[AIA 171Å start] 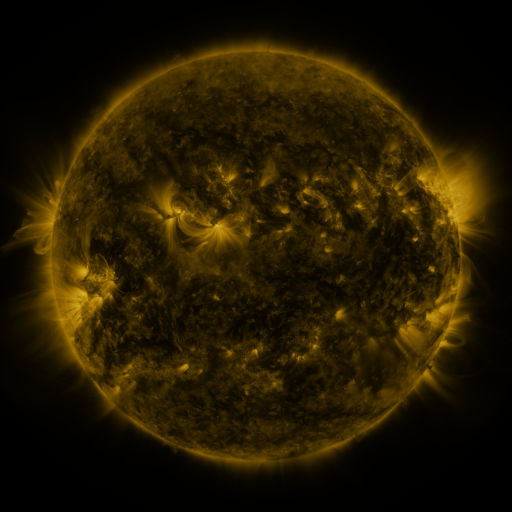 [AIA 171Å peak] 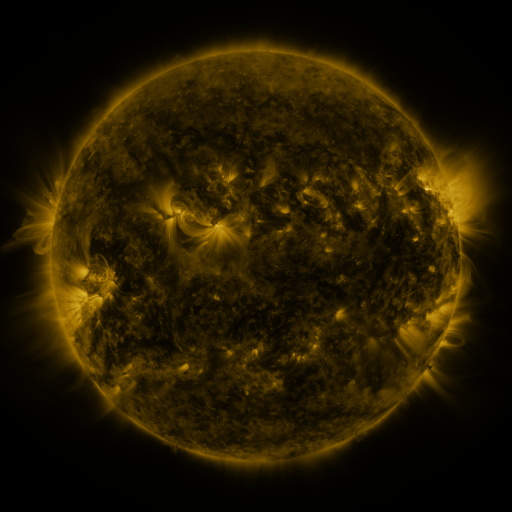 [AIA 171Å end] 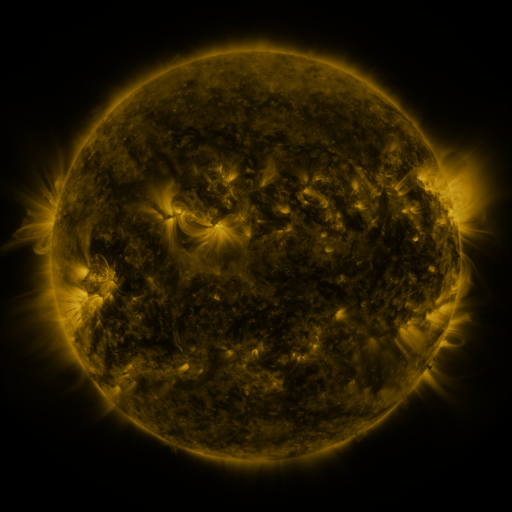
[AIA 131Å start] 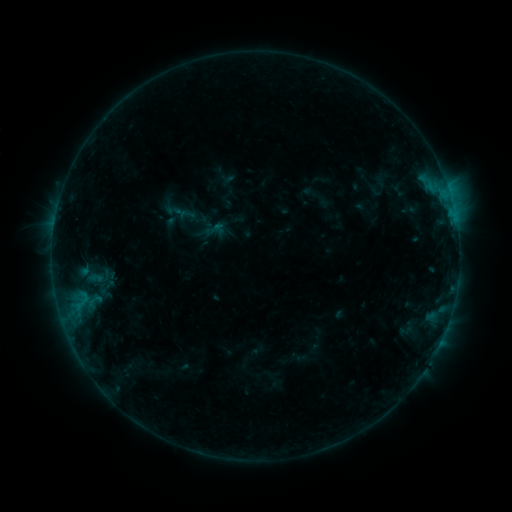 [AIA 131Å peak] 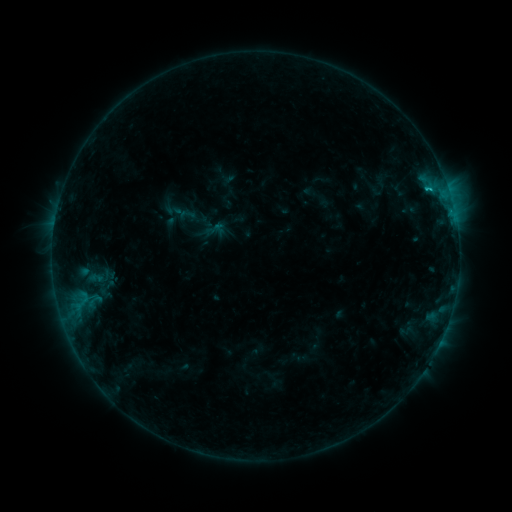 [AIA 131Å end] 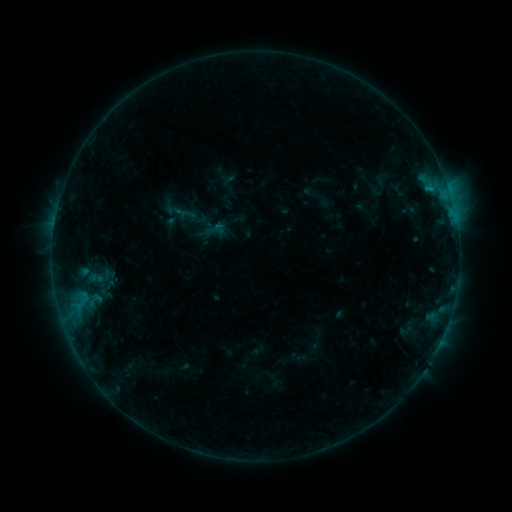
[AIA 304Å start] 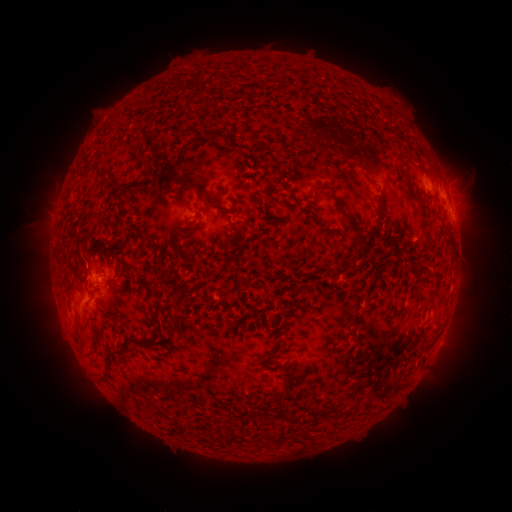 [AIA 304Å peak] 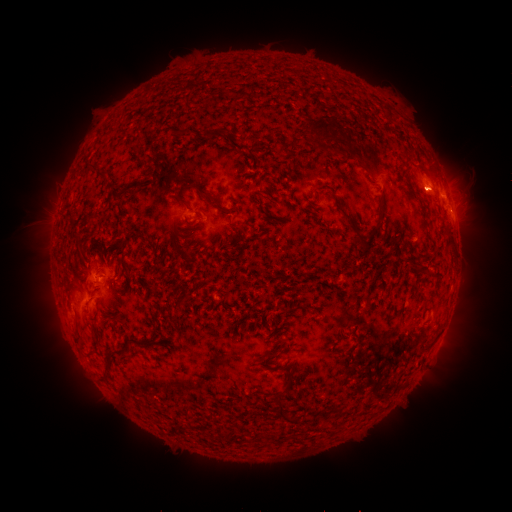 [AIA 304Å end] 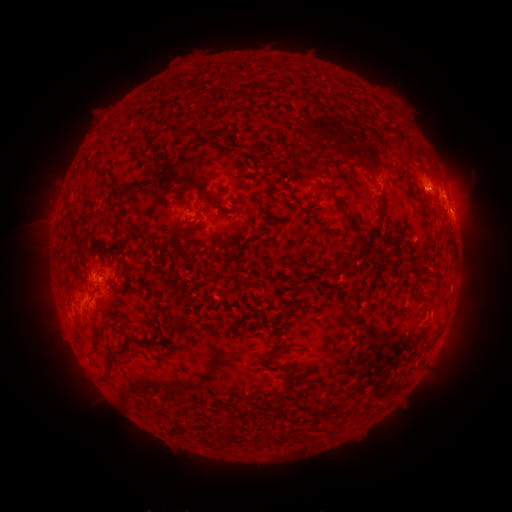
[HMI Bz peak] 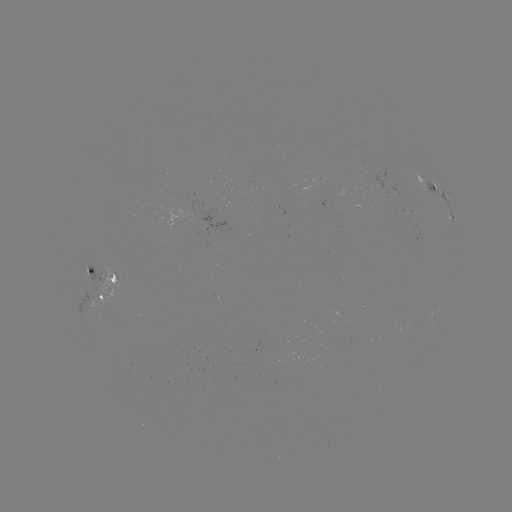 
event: flare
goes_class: B6.7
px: (430, 191)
